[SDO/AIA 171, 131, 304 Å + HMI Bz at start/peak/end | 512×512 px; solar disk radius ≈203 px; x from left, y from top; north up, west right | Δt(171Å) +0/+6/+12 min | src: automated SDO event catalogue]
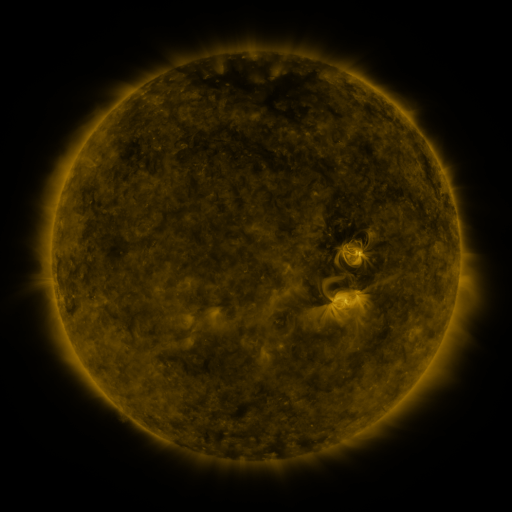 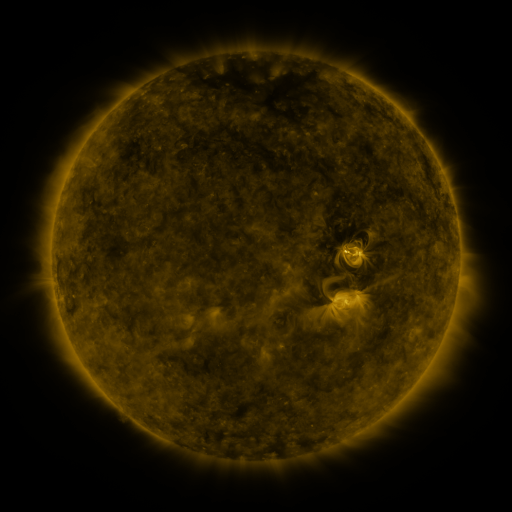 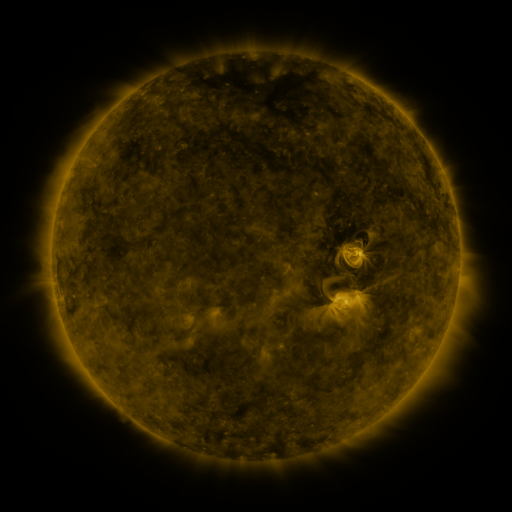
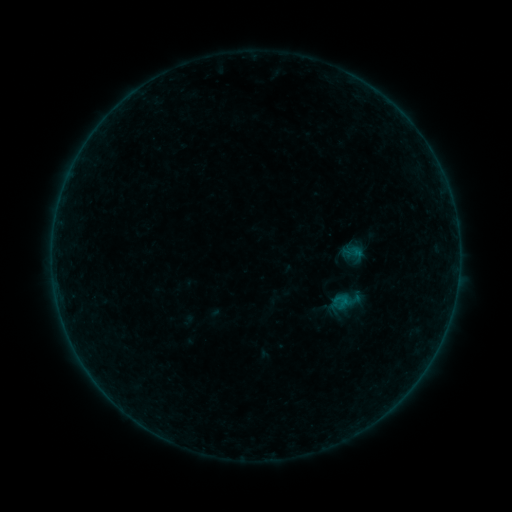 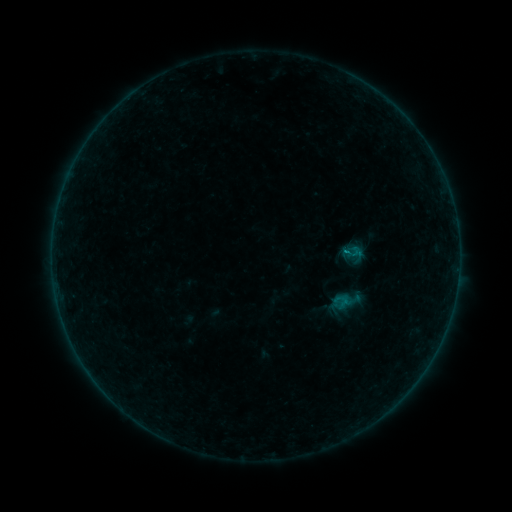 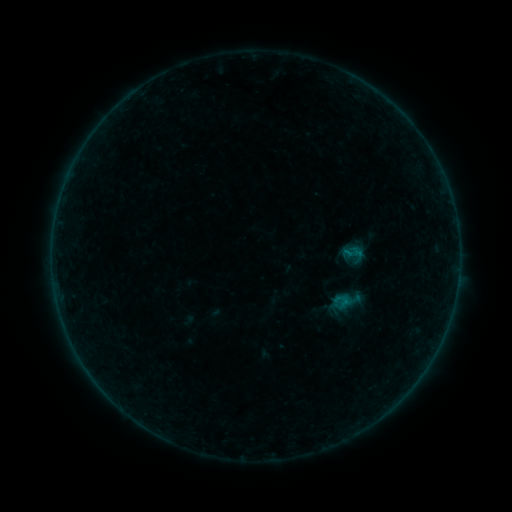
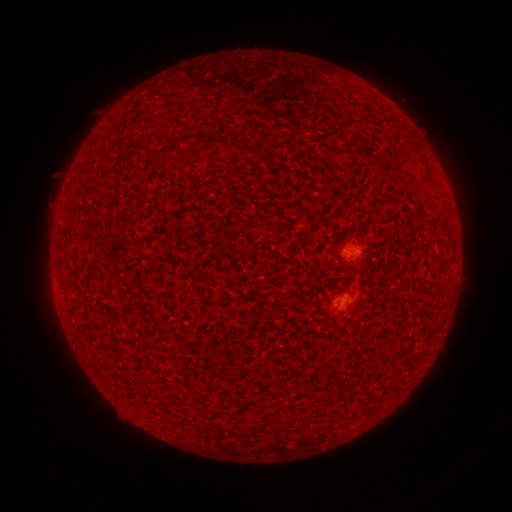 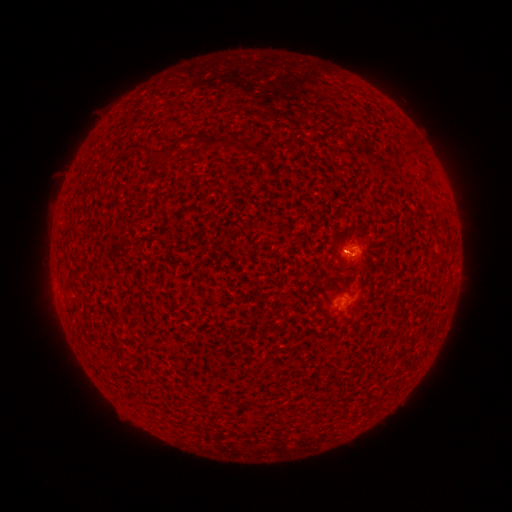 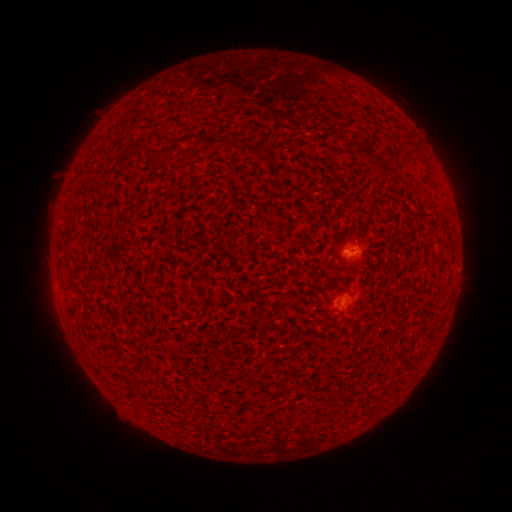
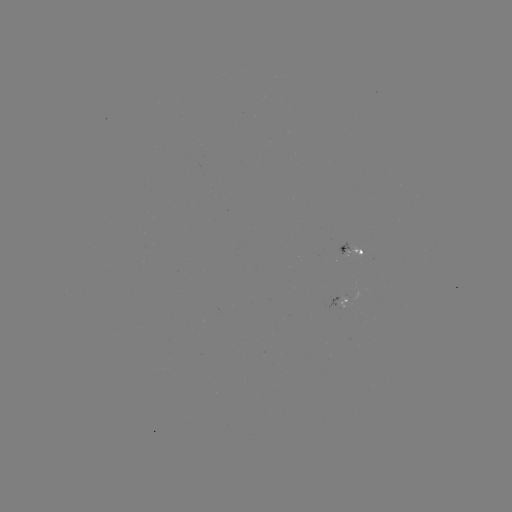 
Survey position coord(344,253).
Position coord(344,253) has B1.8 flare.